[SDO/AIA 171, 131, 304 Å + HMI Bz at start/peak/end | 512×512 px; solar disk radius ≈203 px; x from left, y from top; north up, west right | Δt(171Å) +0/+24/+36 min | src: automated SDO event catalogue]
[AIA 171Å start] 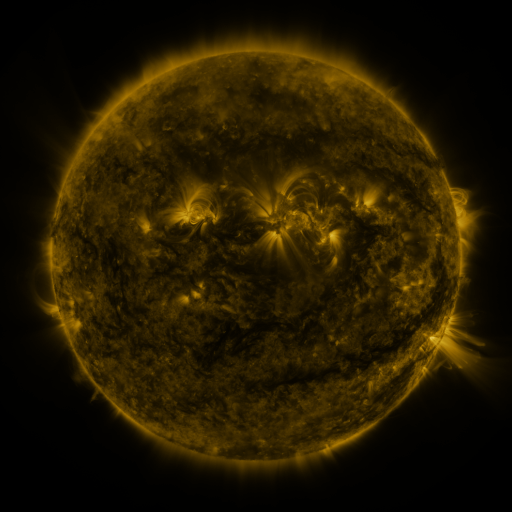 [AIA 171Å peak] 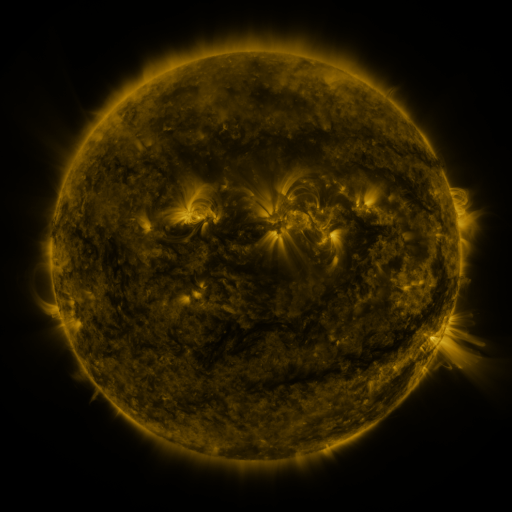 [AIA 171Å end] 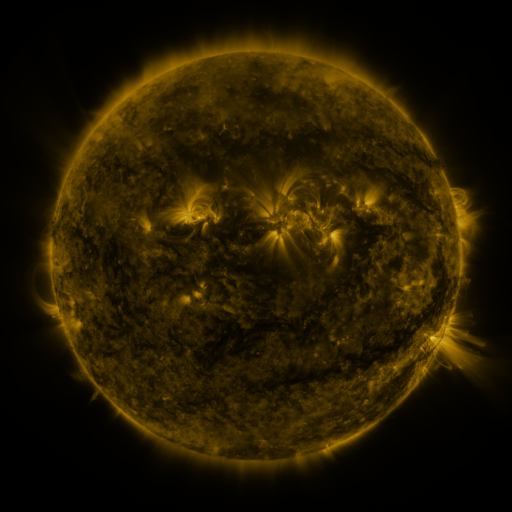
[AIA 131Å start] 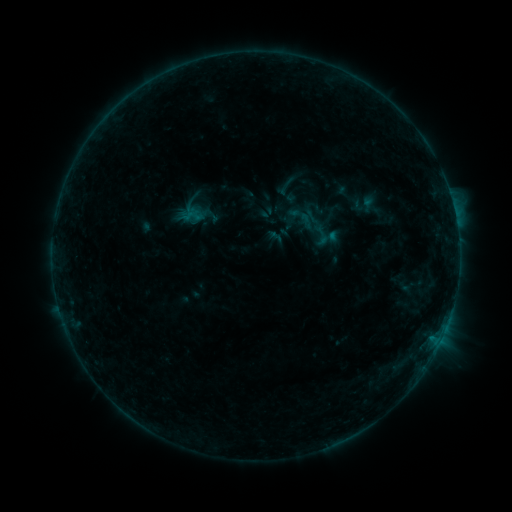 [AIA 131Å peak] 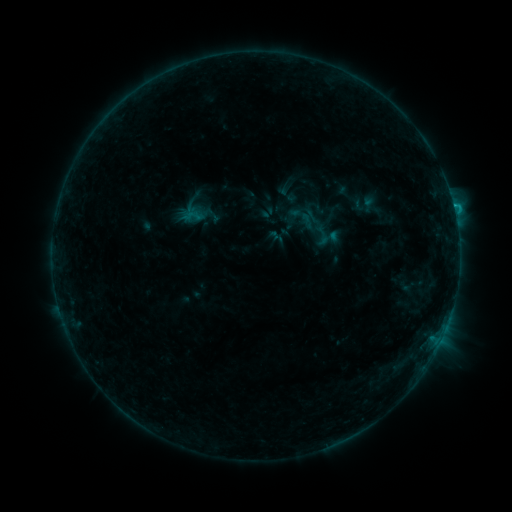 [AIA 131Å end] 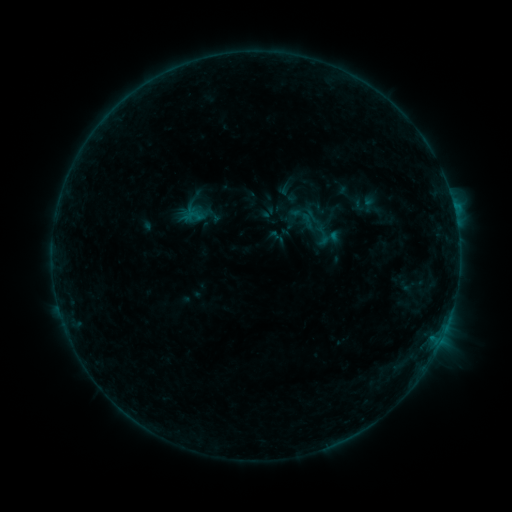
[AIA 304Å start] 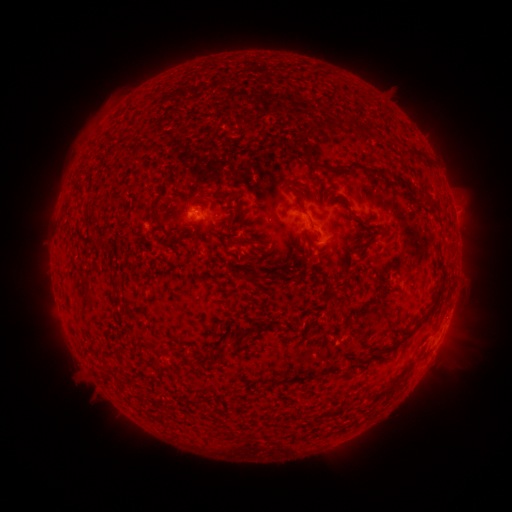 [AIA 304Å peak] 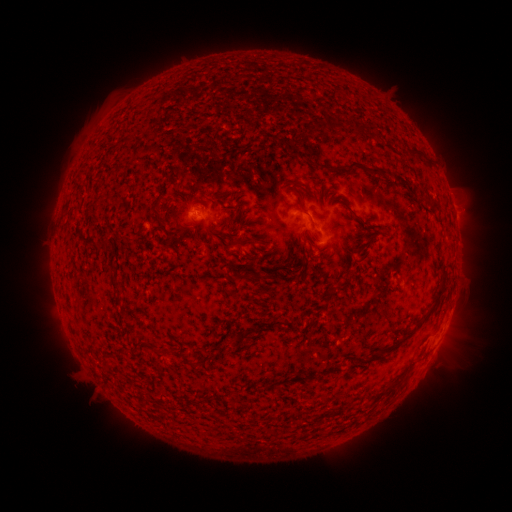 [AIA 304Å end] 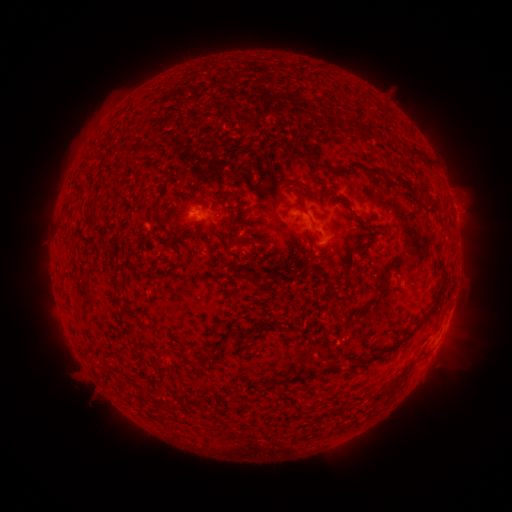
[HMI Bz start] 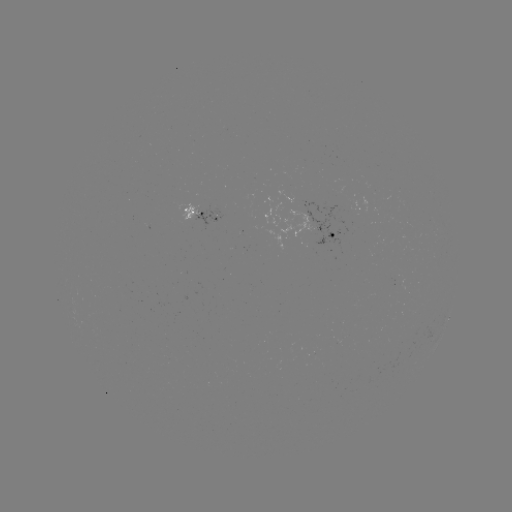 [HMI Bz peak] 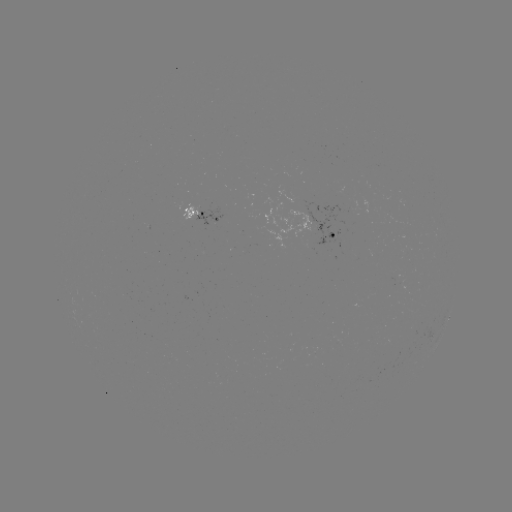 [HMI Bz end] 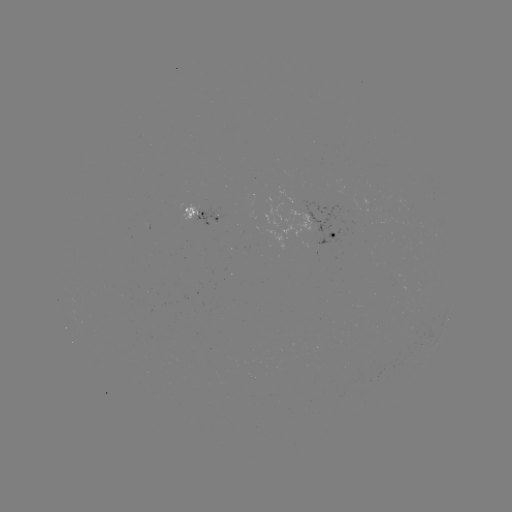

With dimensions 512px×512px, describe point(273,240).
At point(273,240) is B6.4 flare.